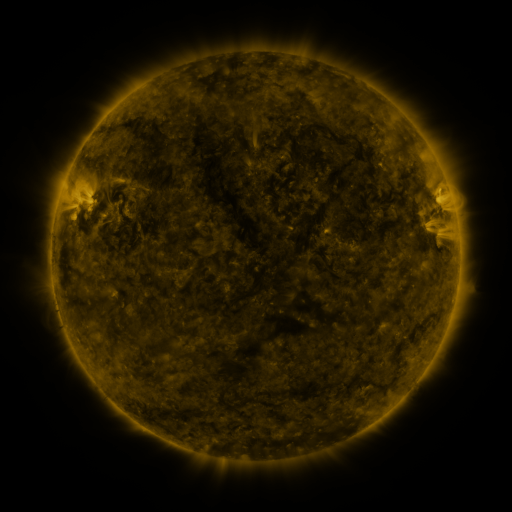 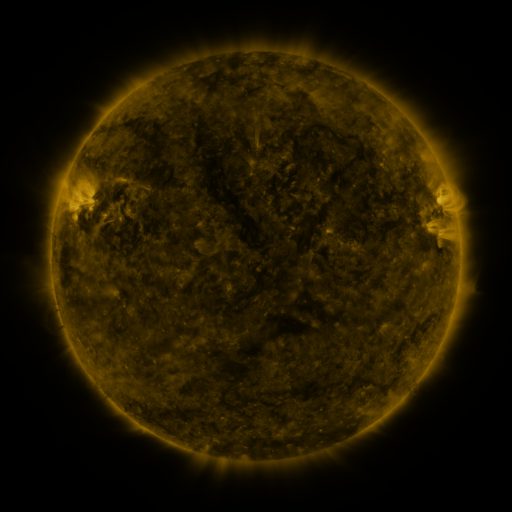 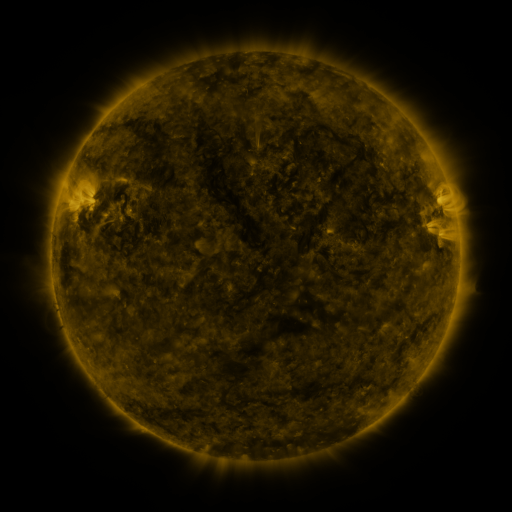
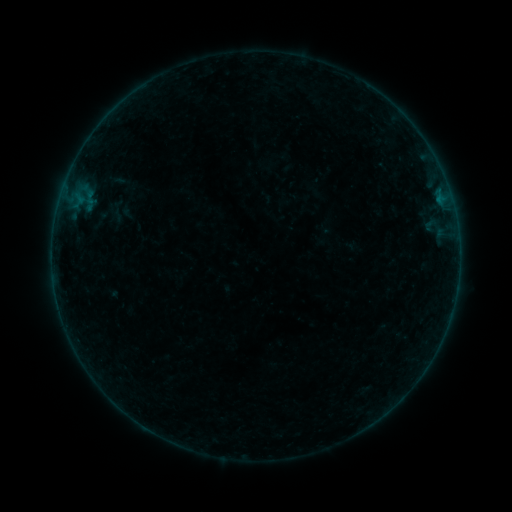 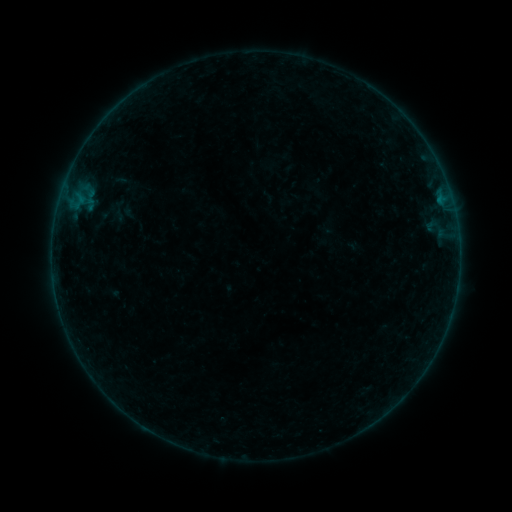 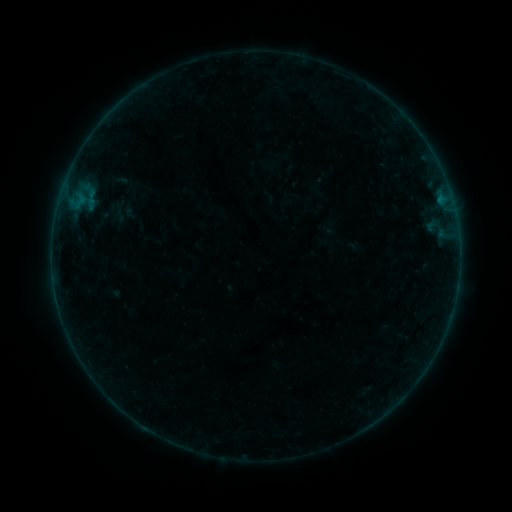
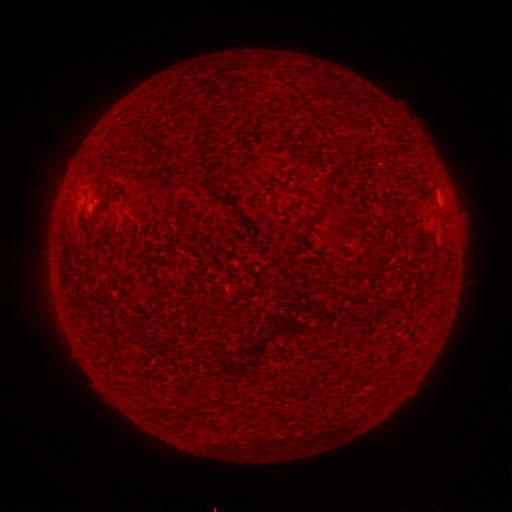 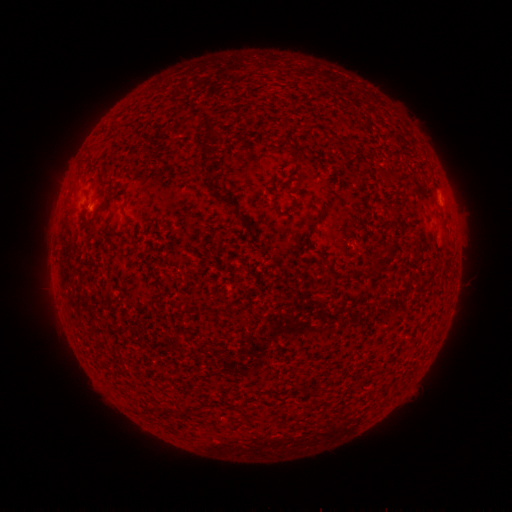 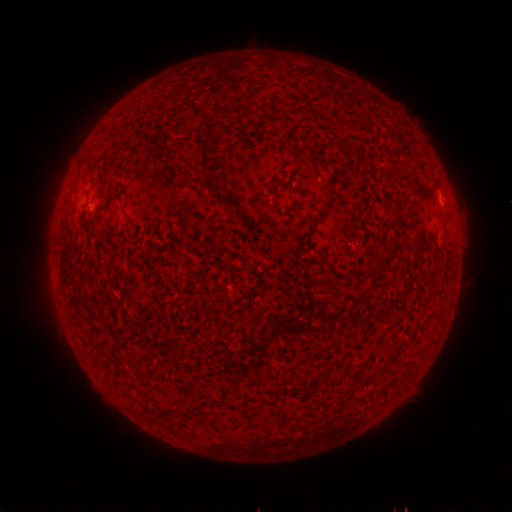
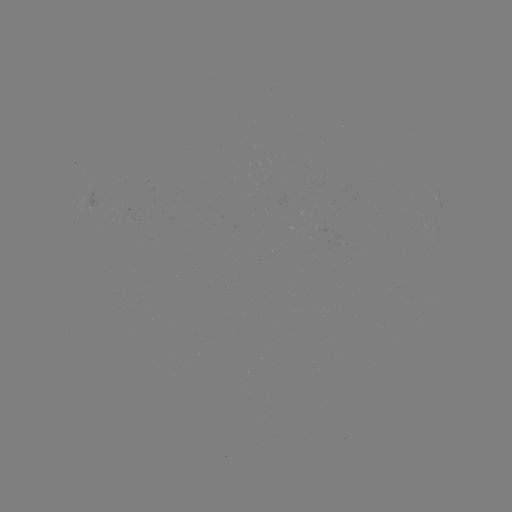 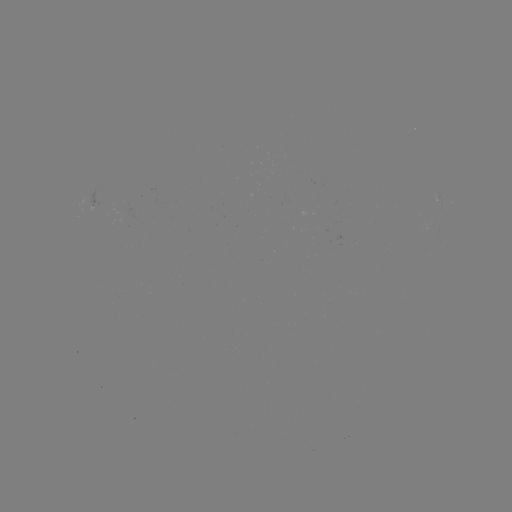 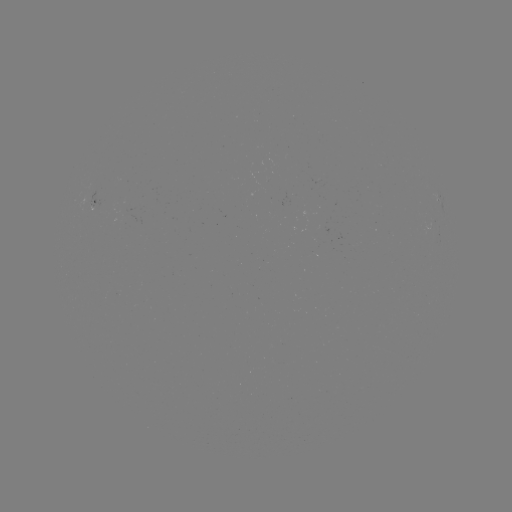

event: emerging-flux region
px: (105, 204)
